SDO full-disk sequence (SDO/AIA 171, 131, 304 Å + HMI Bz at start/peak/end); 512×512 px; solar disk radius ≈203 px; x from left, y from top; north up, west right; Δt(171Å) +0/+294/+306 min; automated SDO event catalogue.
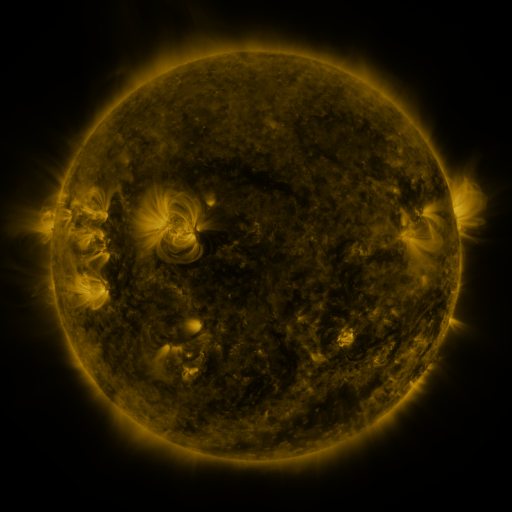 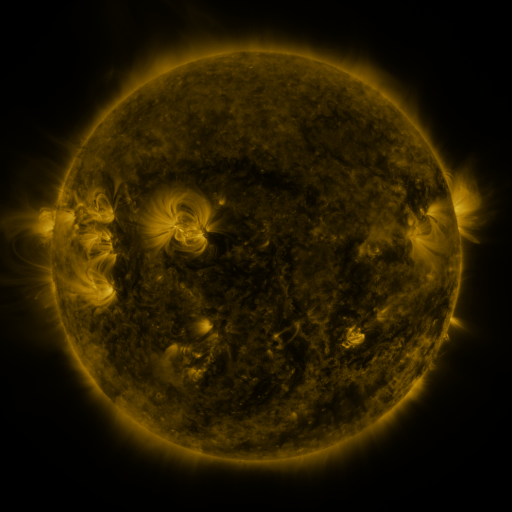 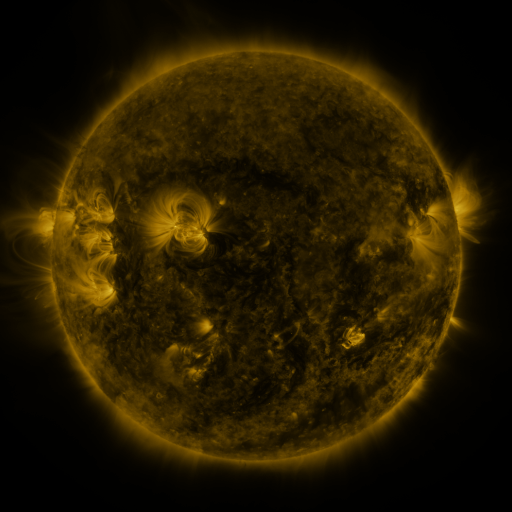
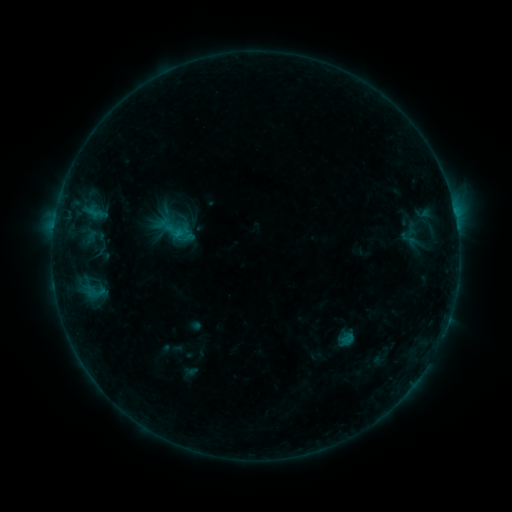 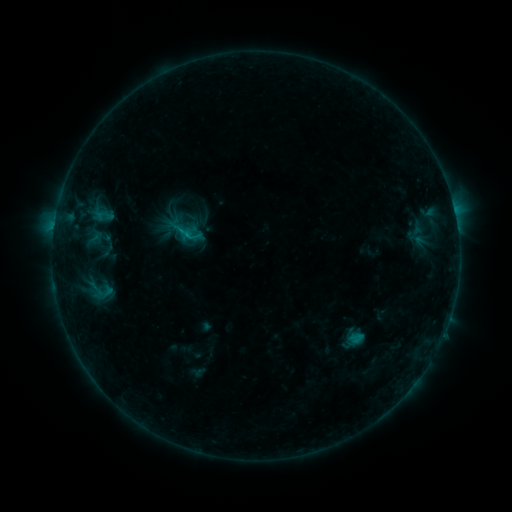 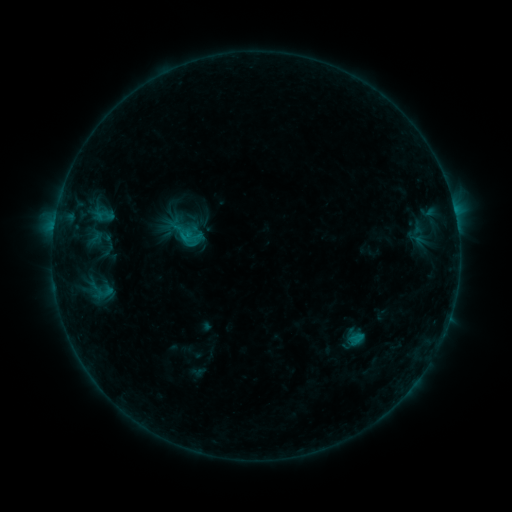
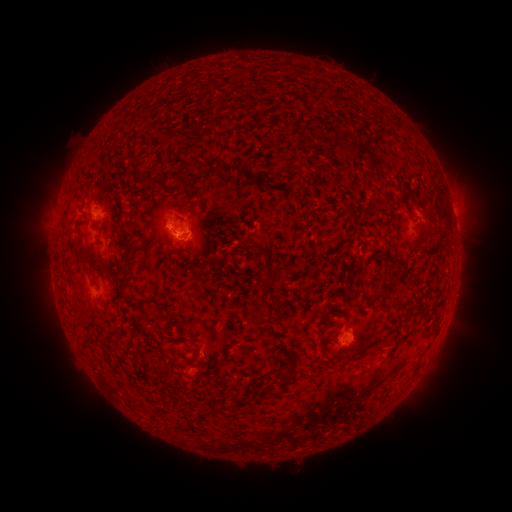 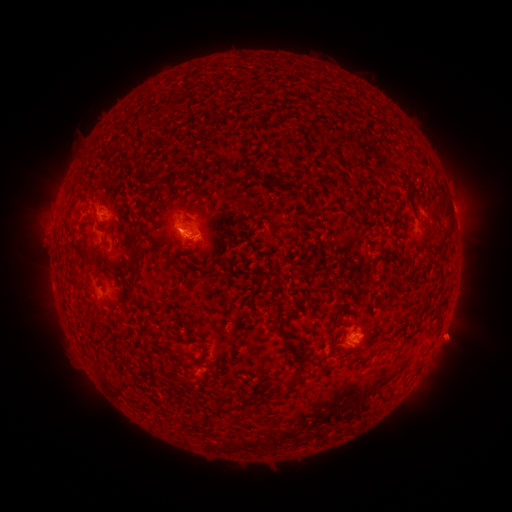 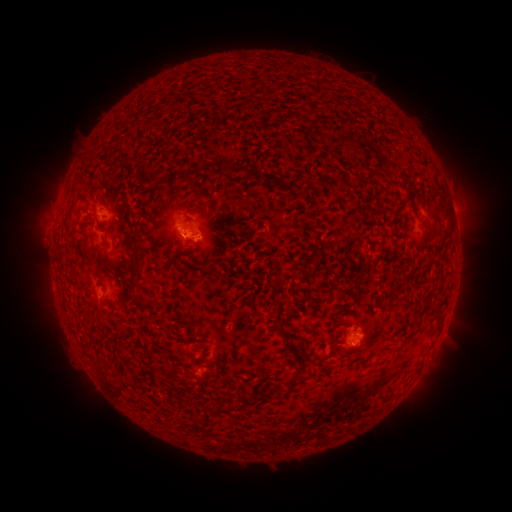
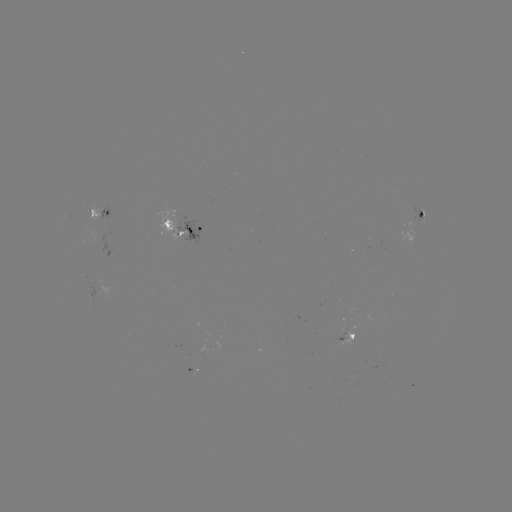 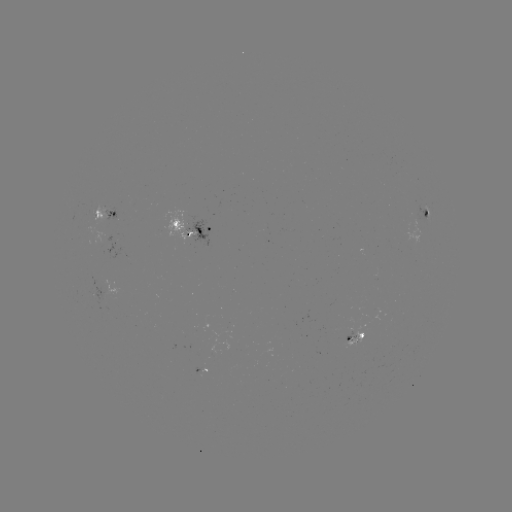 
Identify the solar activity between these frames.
B7.3 flare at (362, 334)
